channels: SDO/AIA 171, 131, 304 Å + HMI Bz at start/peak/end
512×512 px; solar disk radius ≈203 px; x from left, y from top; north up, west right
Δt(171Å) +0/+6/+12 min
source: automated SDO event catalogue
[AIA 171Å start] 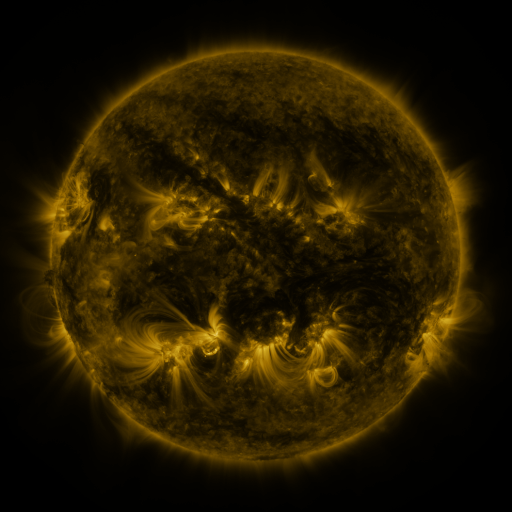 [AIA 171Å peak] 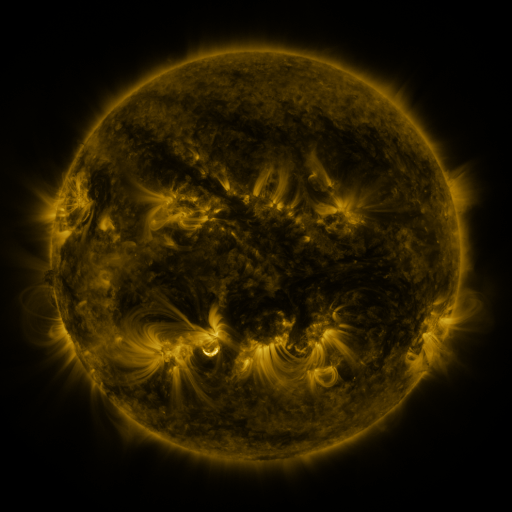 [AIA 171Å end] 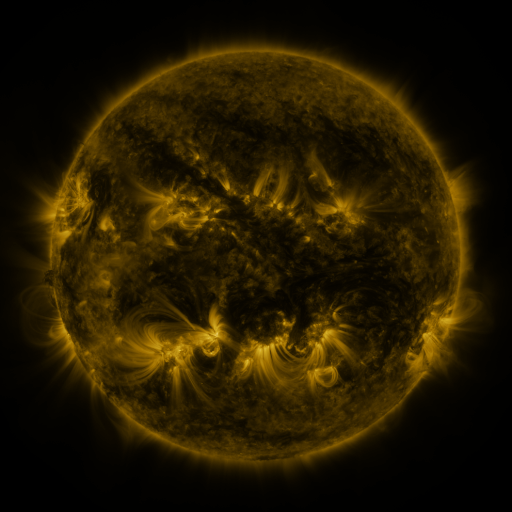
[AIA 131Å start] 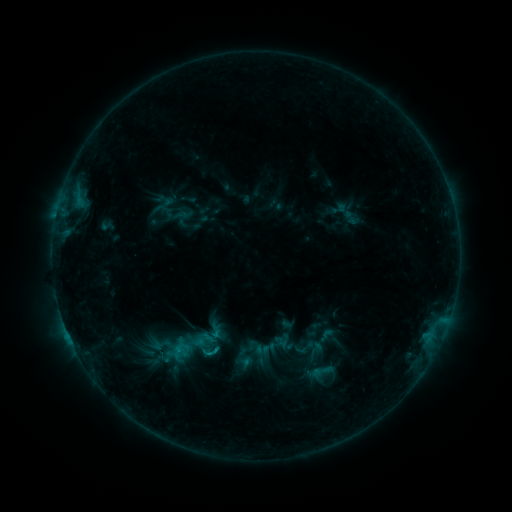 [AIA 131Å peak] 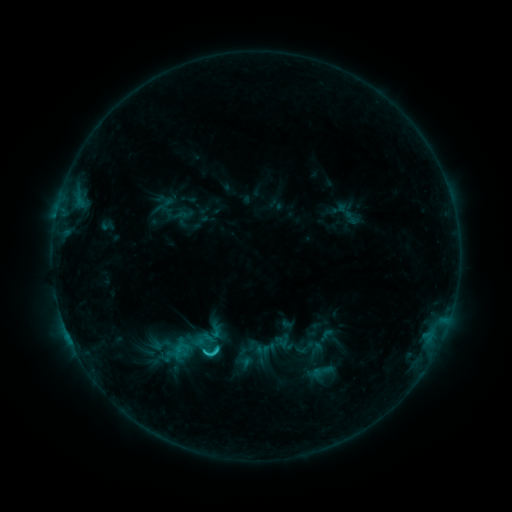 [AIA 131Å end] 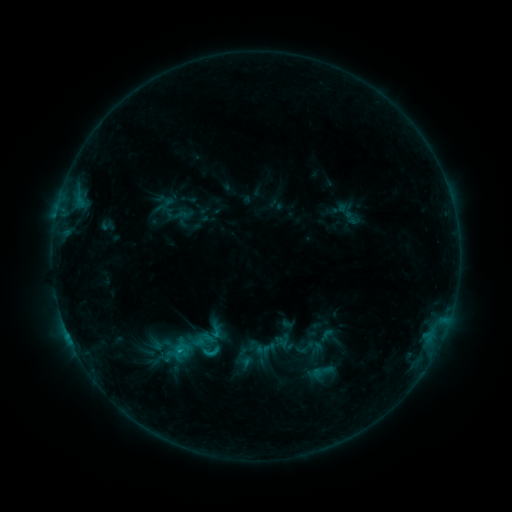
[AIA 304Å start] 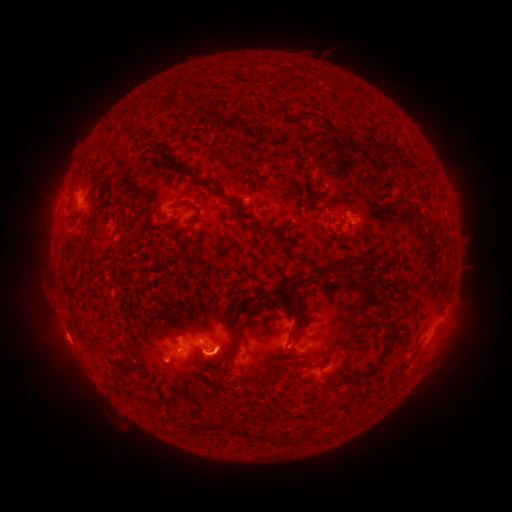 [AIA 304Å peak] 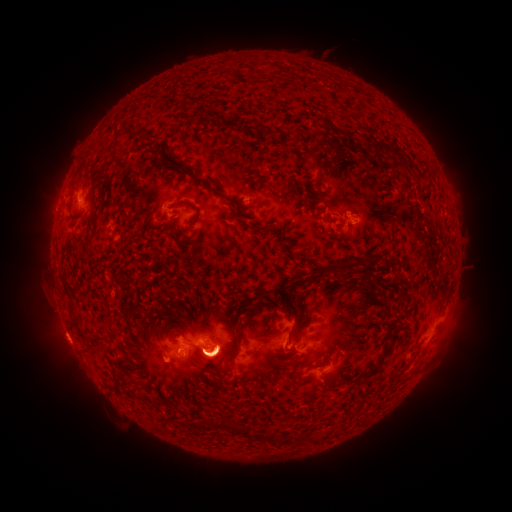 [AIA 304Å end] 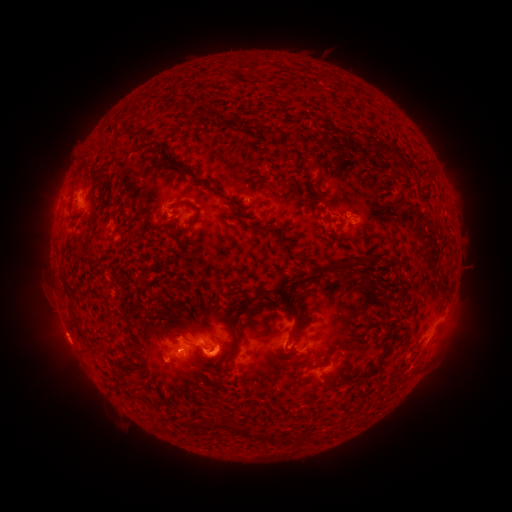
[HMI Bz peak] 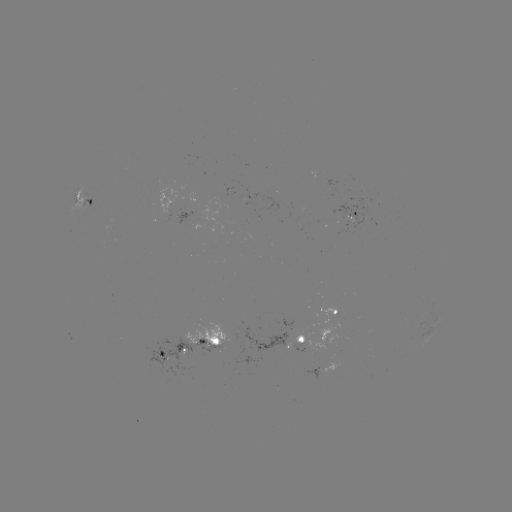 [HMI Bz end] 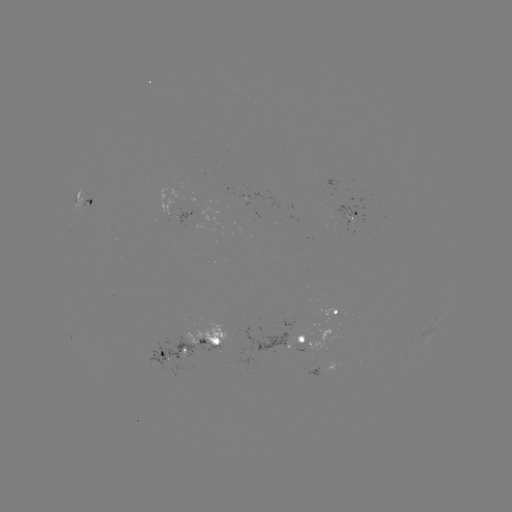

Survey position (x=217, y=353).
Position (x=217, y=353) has eruption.